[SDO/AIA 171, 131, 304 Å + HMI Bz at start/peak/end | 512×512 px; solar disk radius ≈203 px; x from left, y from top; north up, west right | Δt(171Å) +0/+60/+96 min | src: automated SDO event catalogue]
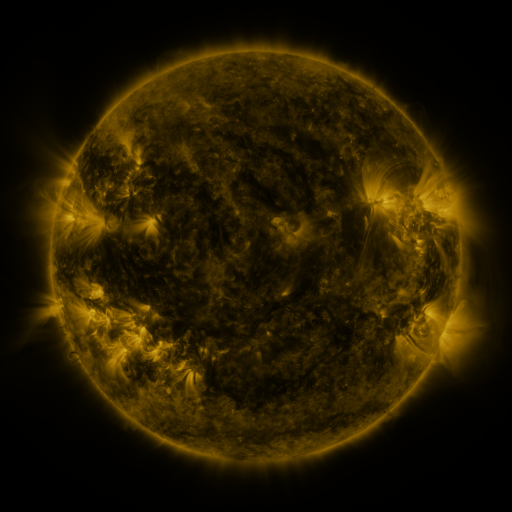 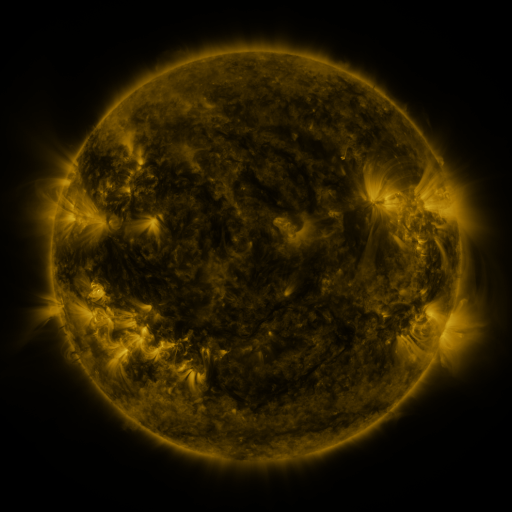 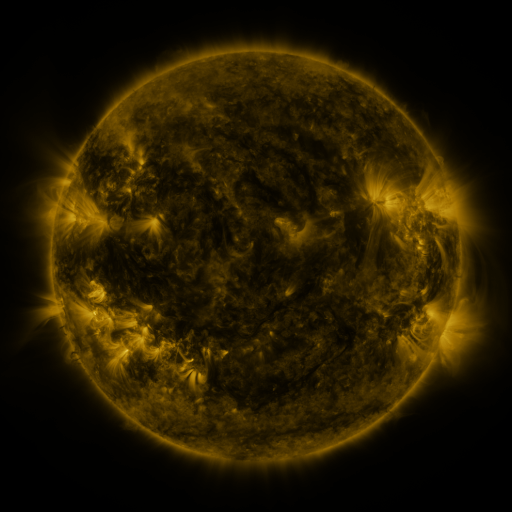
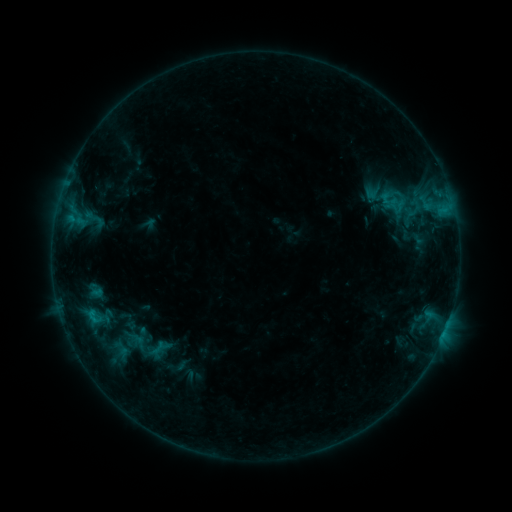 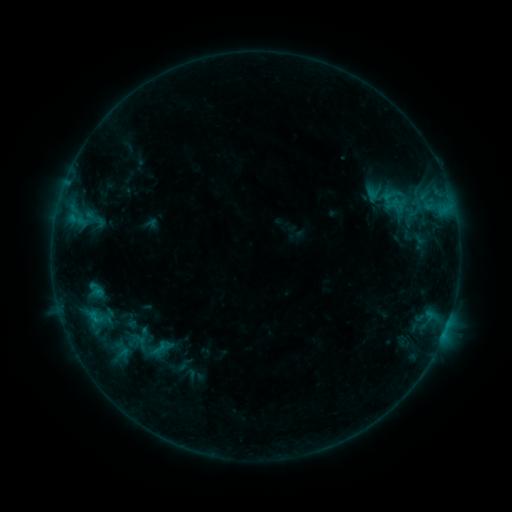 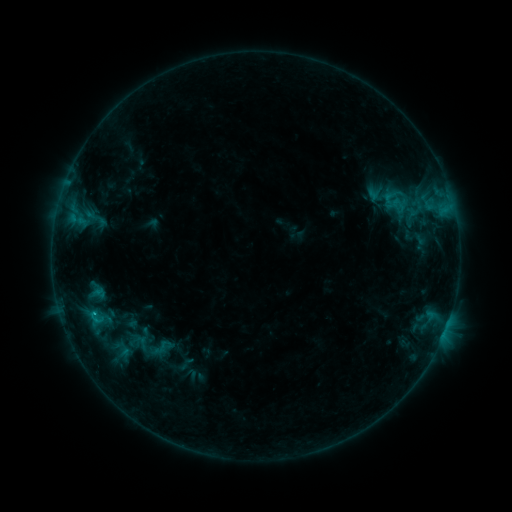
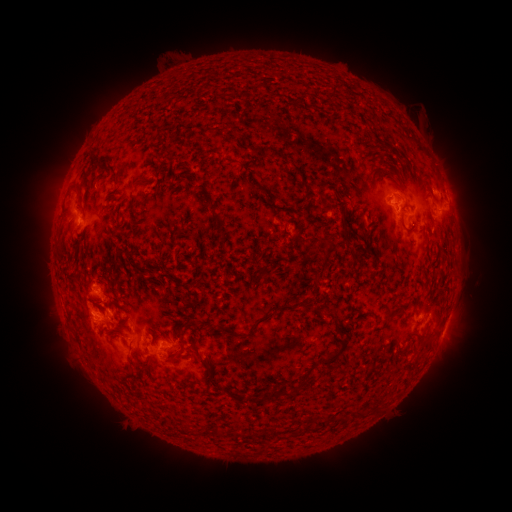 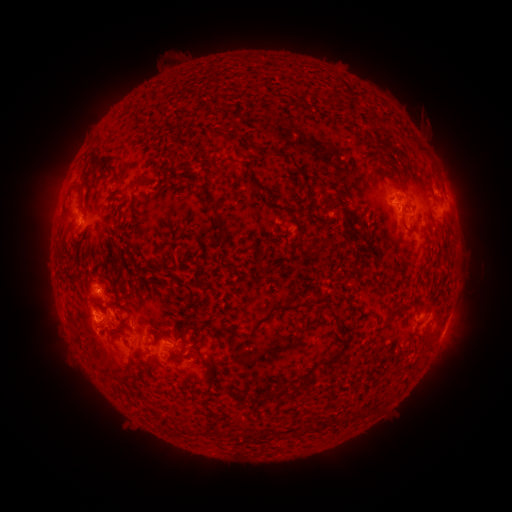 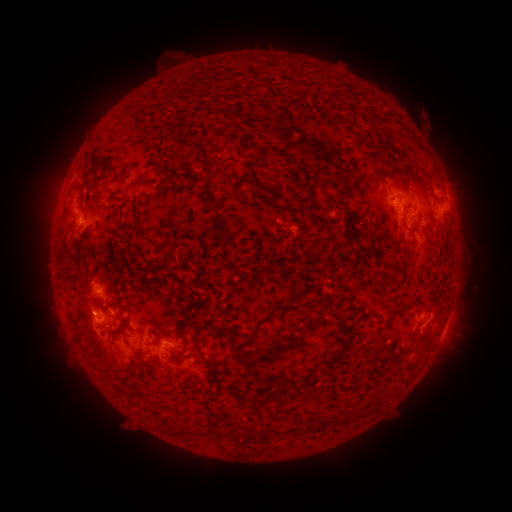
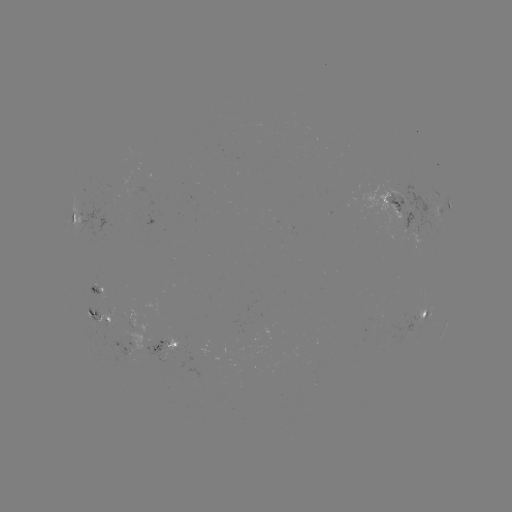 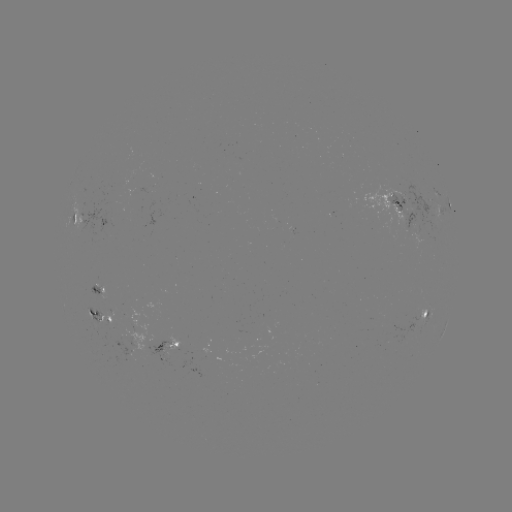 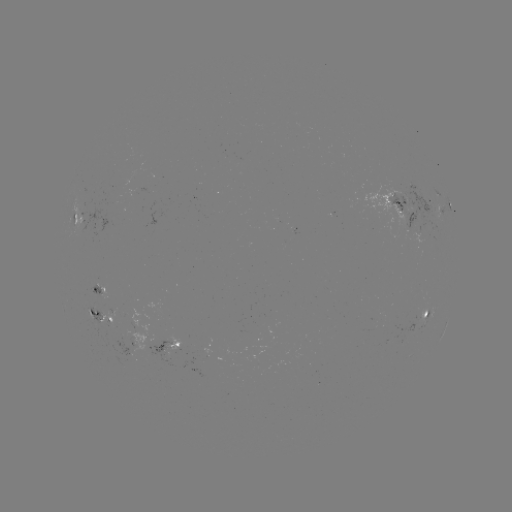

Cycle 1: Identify emerging-flux region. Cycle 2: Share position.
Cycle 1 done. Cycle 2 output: (127, 351).